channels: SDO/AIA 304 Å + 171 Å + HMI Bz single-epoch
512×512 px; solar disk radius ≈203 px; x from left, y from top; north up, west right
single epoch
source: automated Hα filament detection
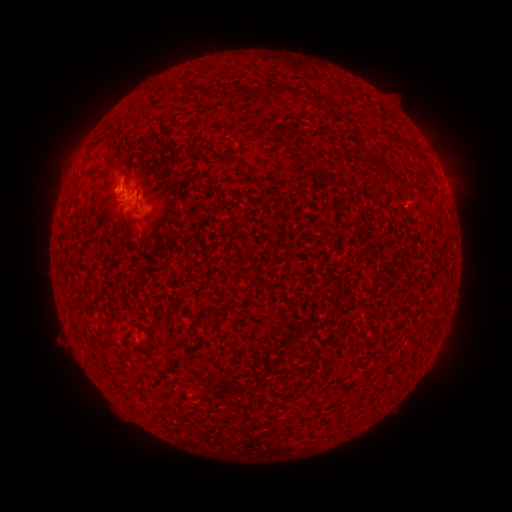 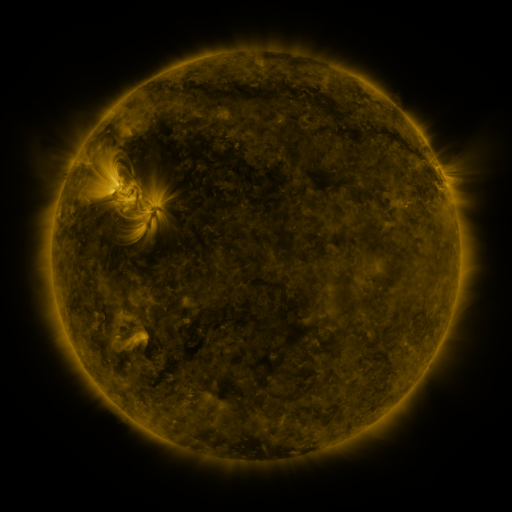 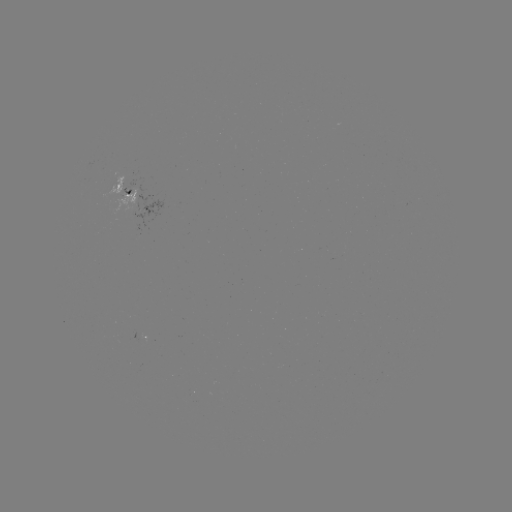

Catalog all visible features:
filament: <bbox>221, 82, 232, 94</bbox>
filament: <bbox>271, 84, 286, 98</bbox>
filament: <bbox>134, 132, 158, 147</bbox>
filament: <bbox>223, 155, 239, 166</bbox>
filament: <bbox>134, 183, 142, 197</bbox>
